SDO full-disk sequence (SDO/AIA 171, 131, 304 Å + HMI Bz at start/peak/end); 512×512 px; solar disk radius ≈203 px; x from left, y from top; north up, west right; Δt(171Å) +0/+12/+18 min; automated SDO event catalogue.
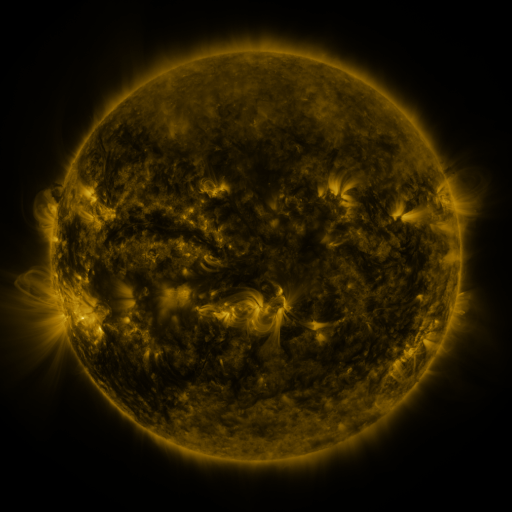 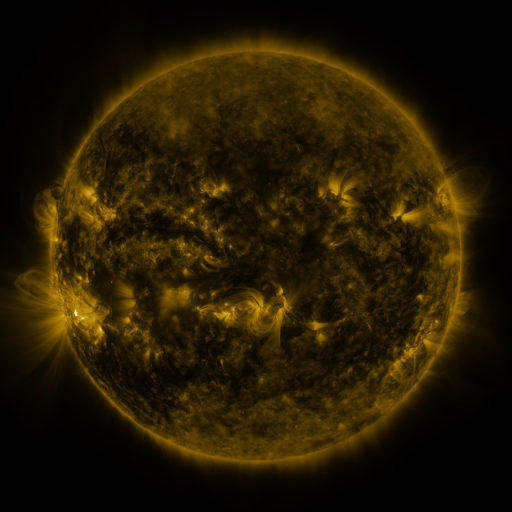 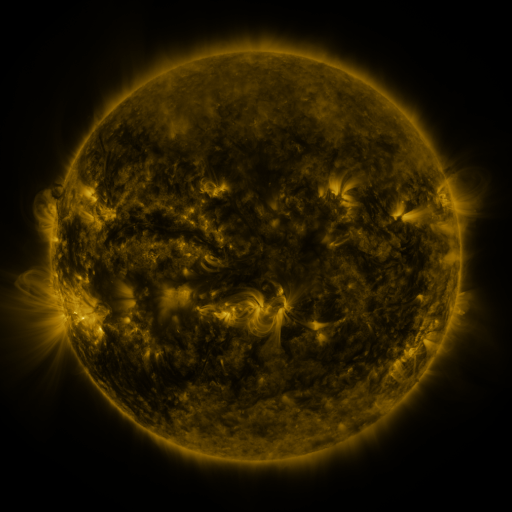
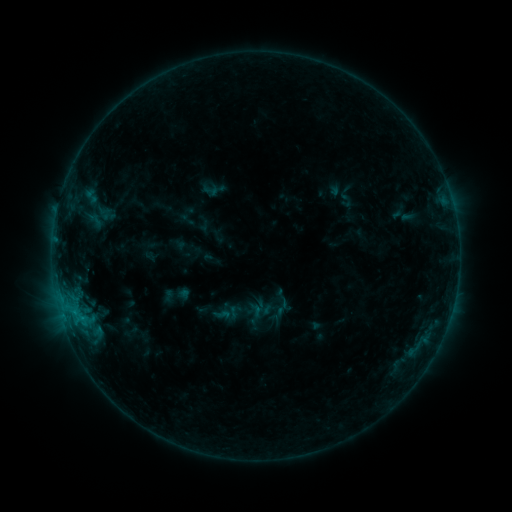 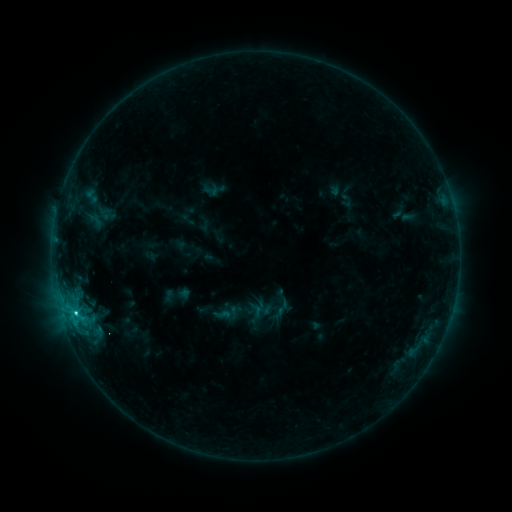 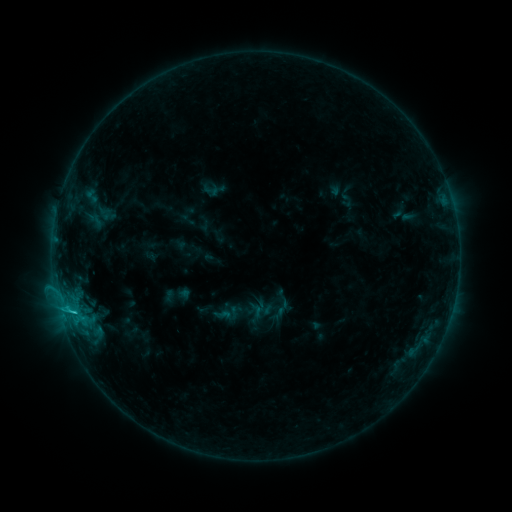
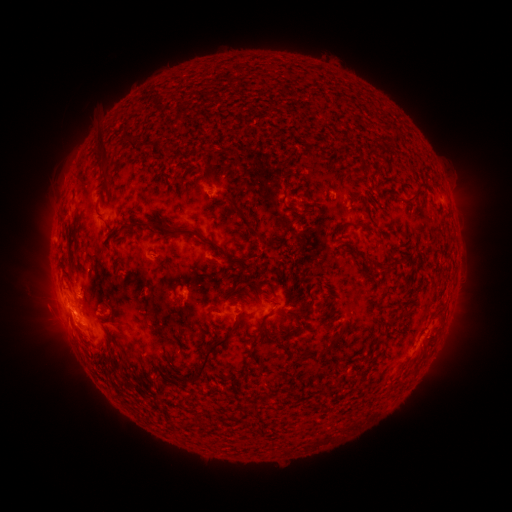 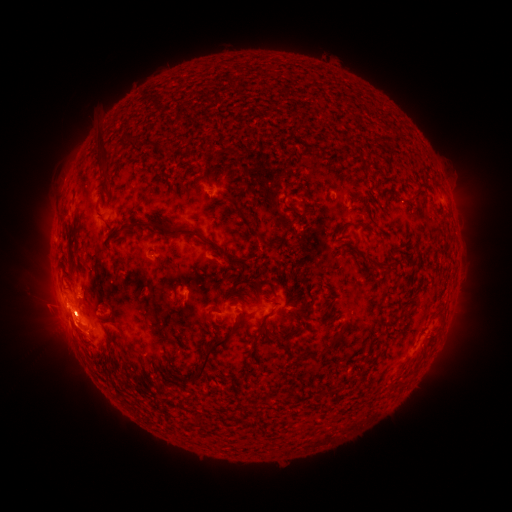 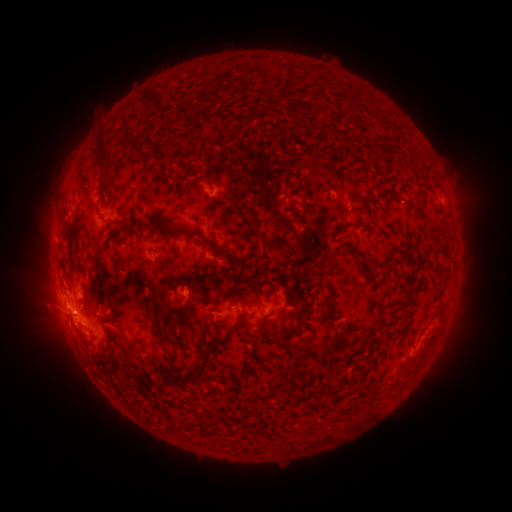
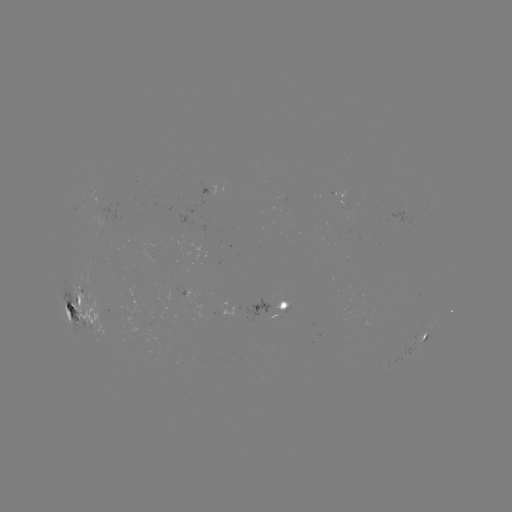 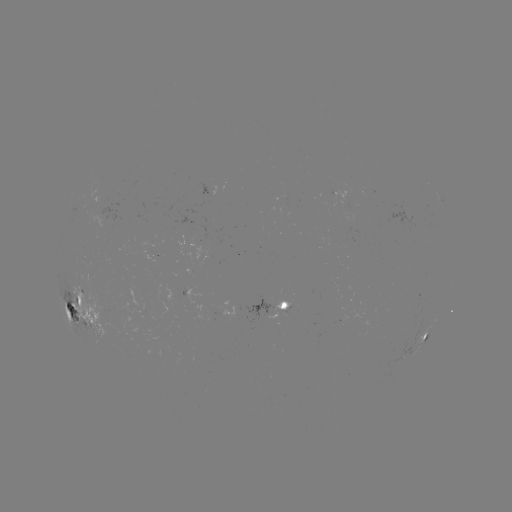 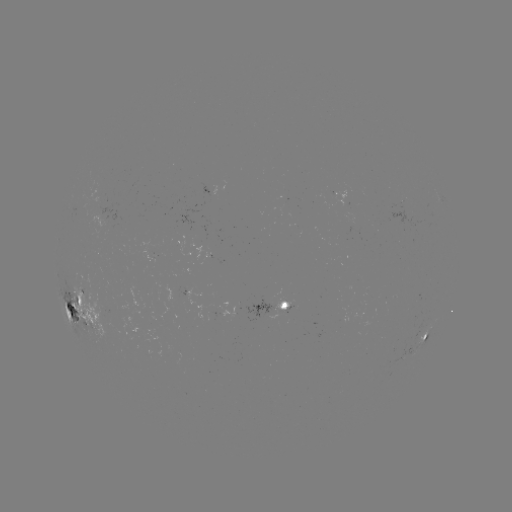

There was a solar flare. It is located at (75, 312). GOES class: C2.6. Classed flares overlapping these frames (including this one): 1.